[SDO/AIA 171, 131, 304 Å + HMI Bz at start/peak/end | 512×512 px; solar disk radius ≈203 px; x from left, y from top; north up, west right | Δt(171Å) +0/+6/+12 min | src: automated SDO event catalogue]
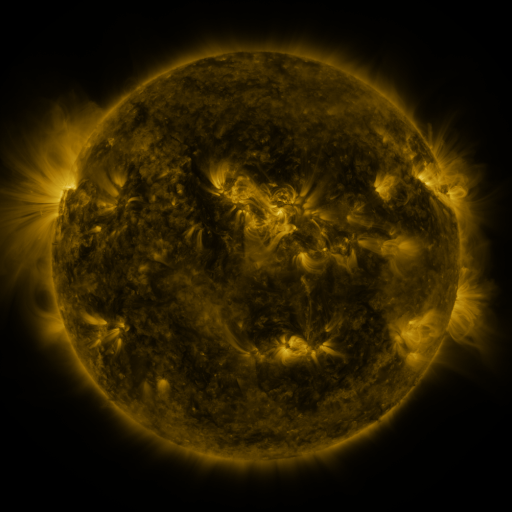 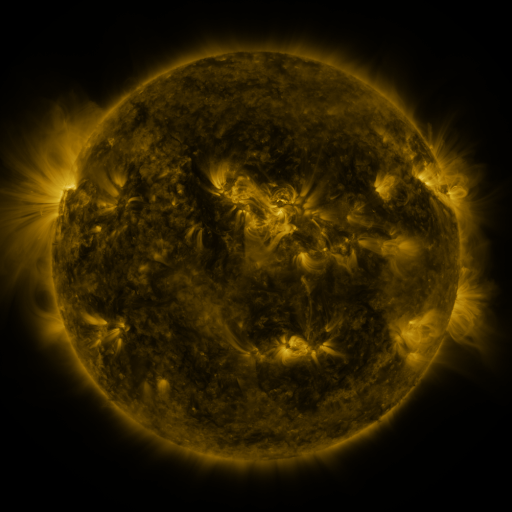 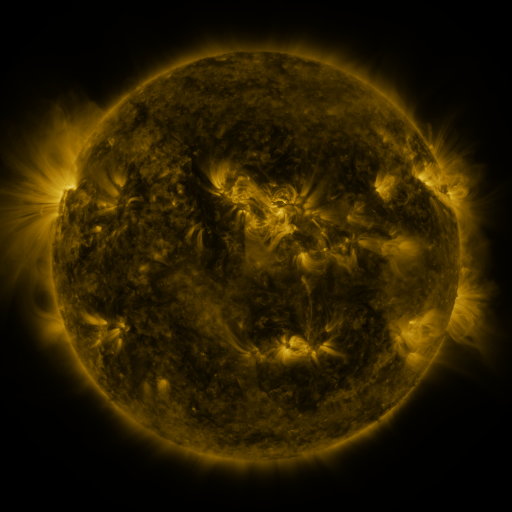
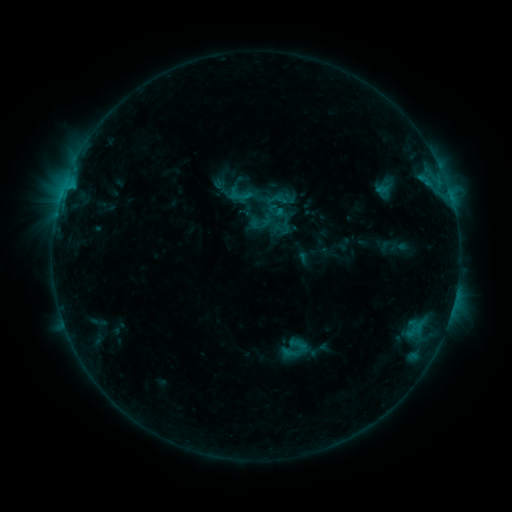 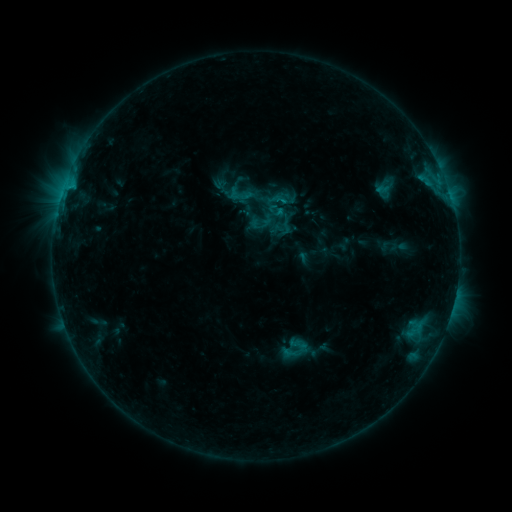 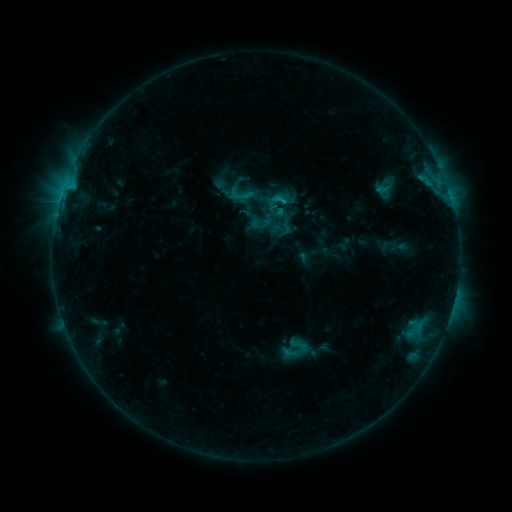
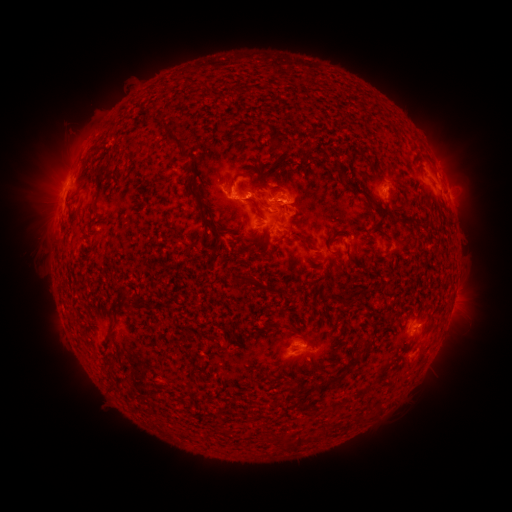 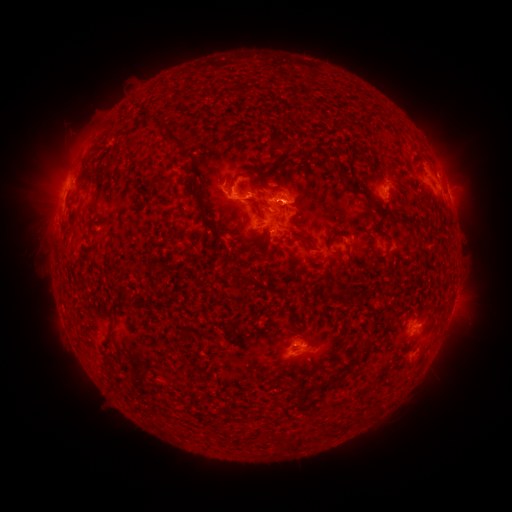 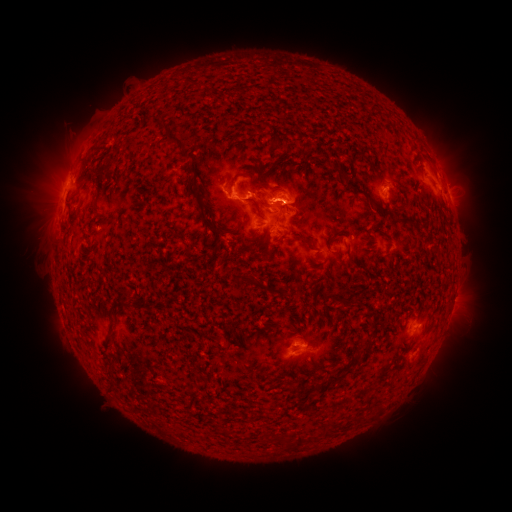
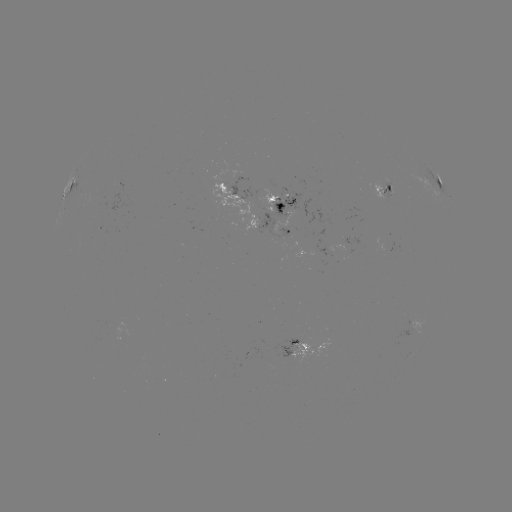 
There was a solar flare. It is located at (282, 203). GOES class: C1.6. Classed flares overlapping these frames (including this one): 1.